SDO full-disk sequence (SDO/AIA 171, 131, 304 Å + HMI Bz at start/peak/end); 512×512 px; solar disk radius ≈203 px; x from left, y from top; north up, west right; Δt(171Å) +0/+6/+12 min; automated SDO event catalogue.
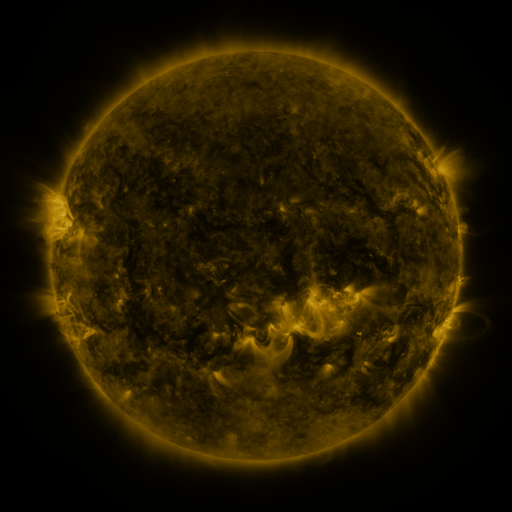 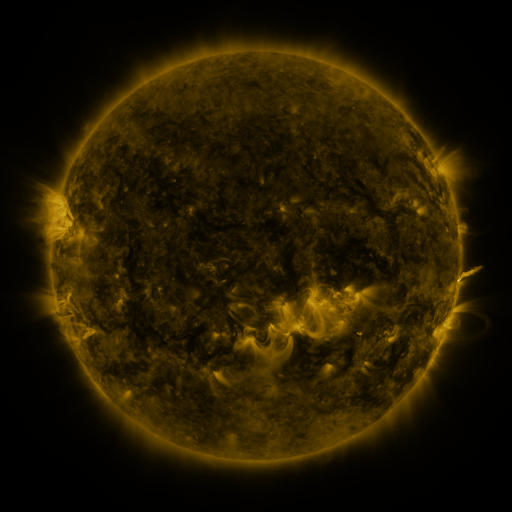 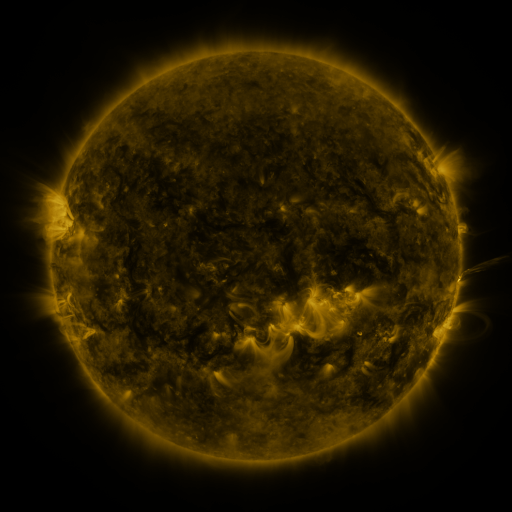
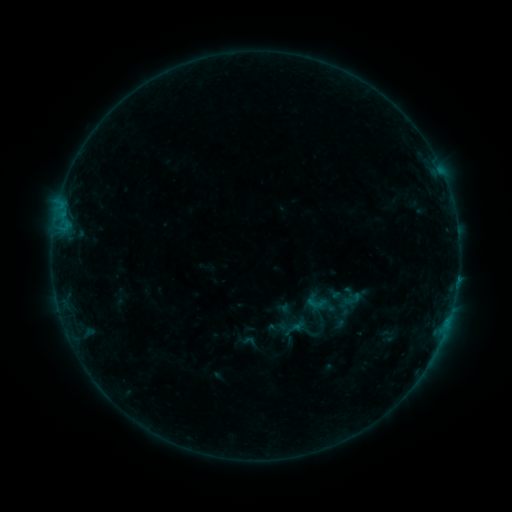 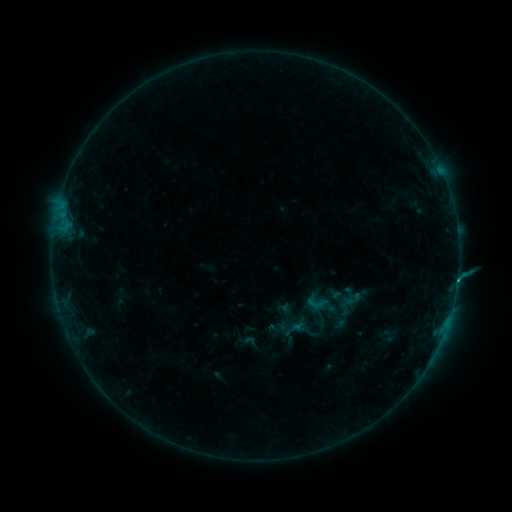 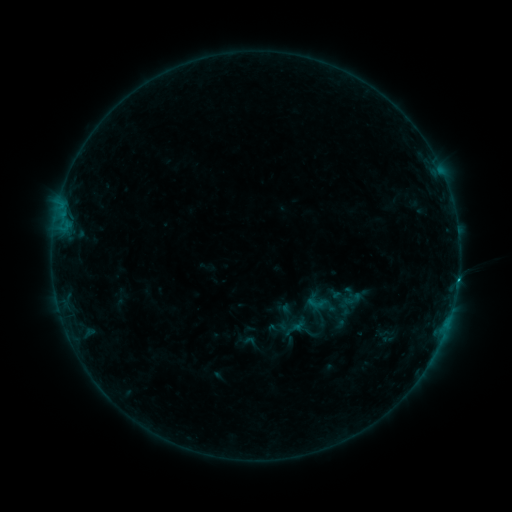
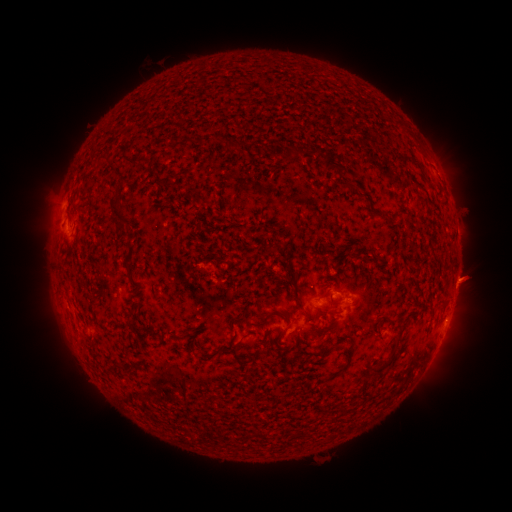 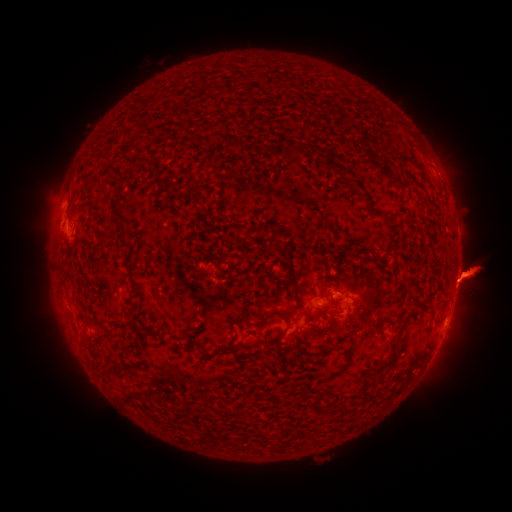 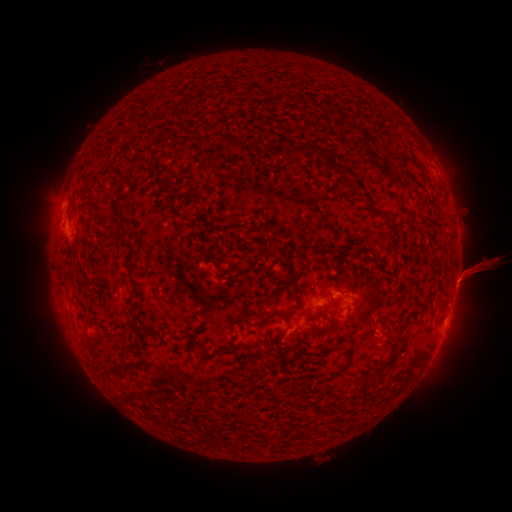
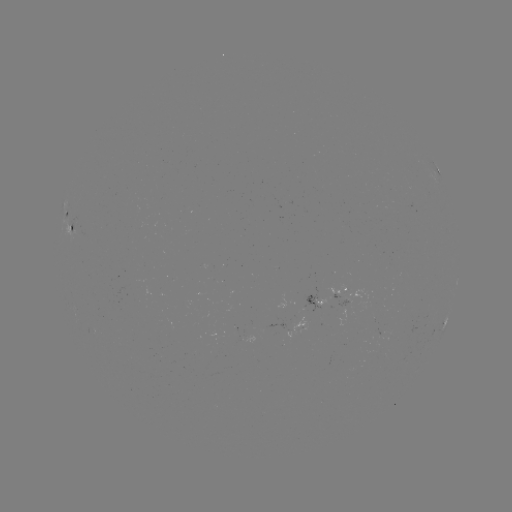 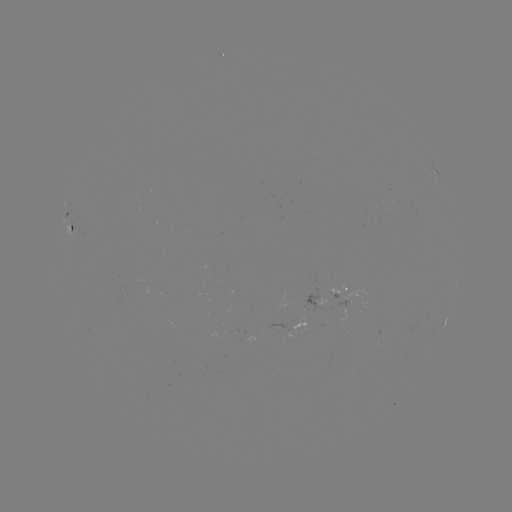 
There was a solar flare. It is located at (458, 277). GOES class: B4.6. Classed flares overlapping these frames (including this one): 1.